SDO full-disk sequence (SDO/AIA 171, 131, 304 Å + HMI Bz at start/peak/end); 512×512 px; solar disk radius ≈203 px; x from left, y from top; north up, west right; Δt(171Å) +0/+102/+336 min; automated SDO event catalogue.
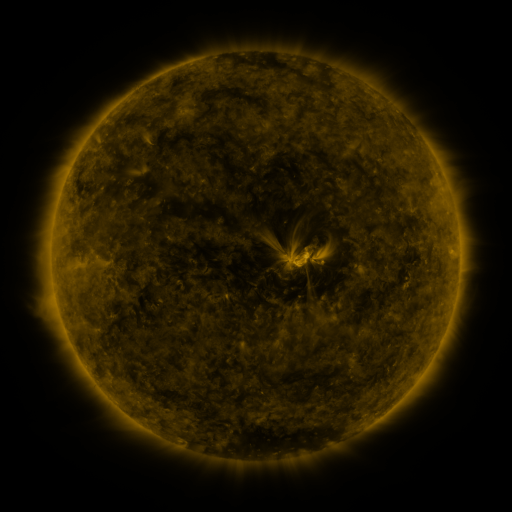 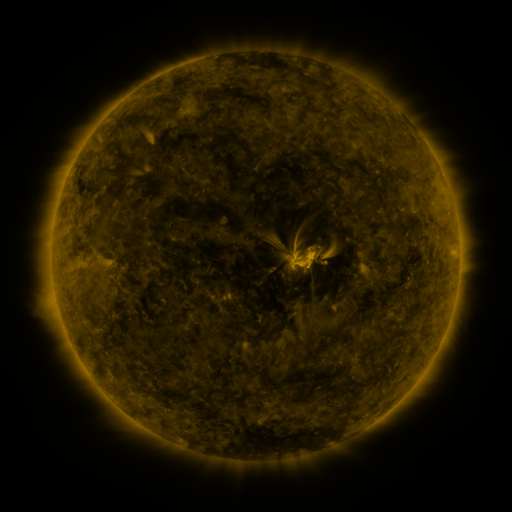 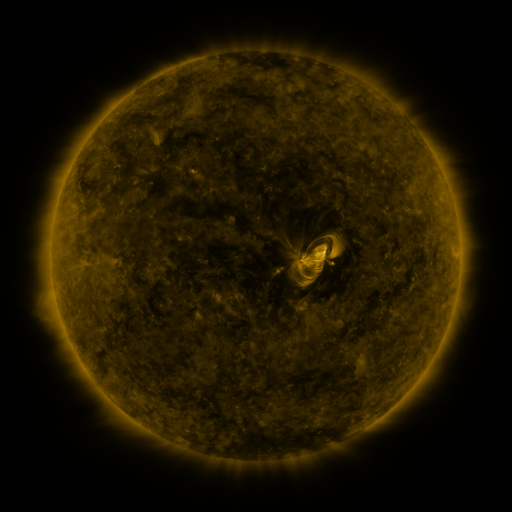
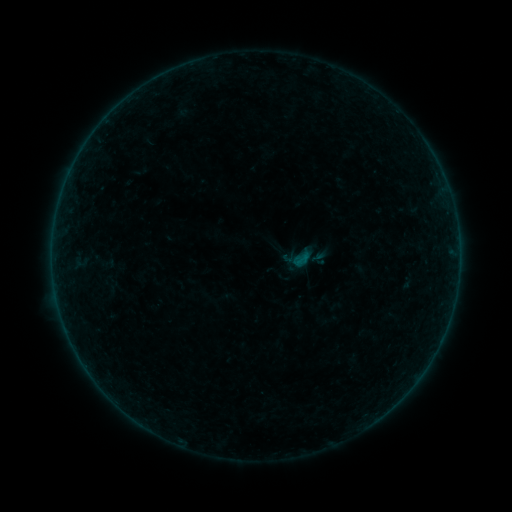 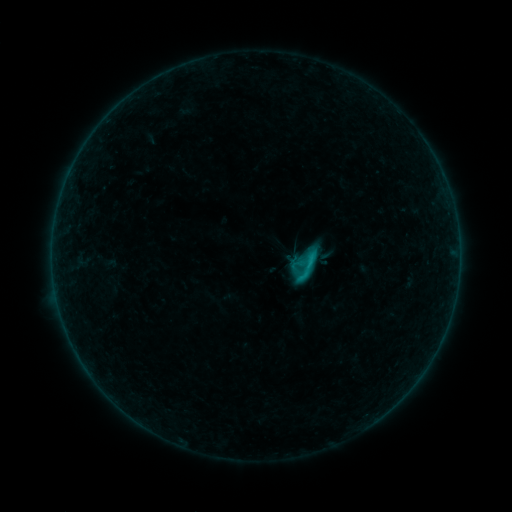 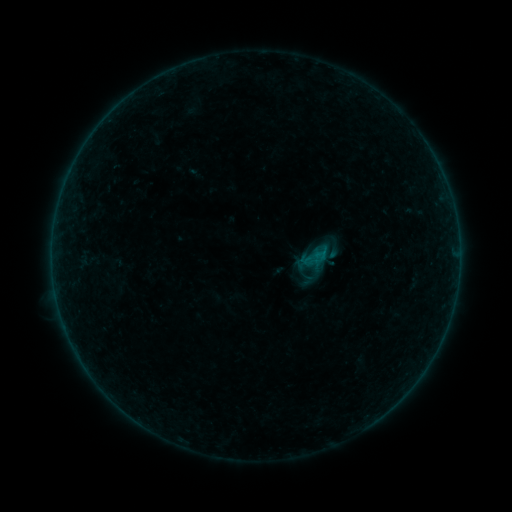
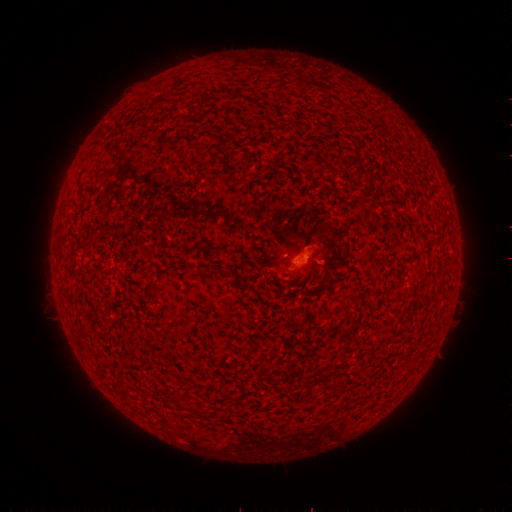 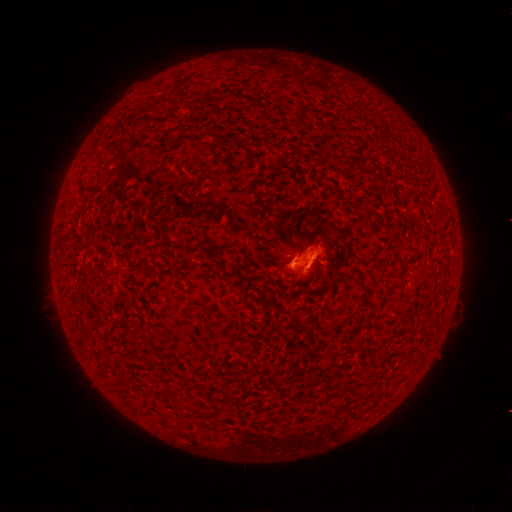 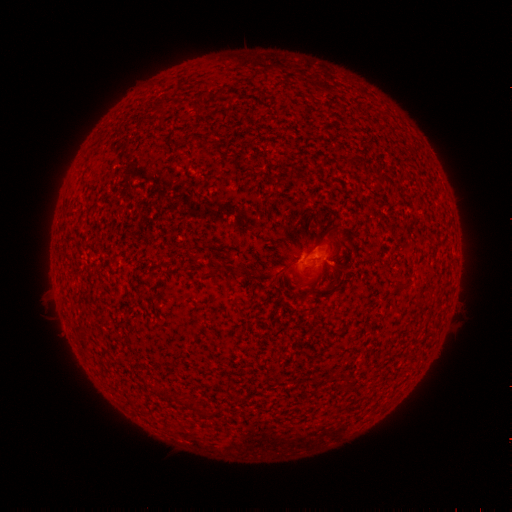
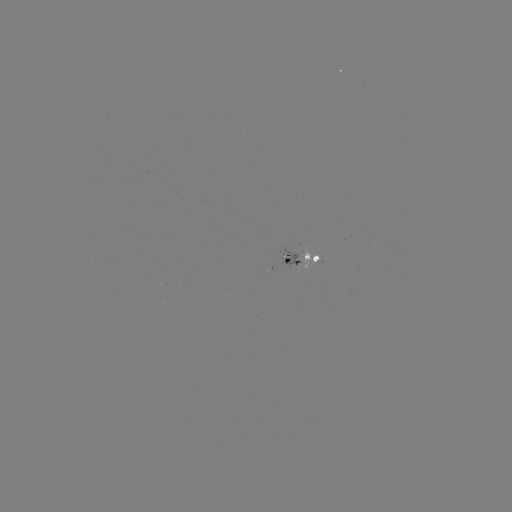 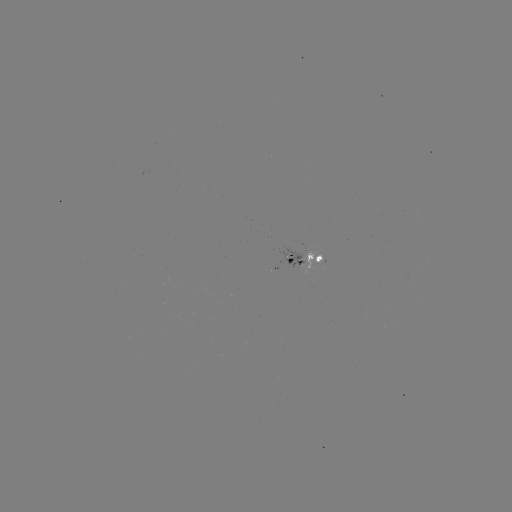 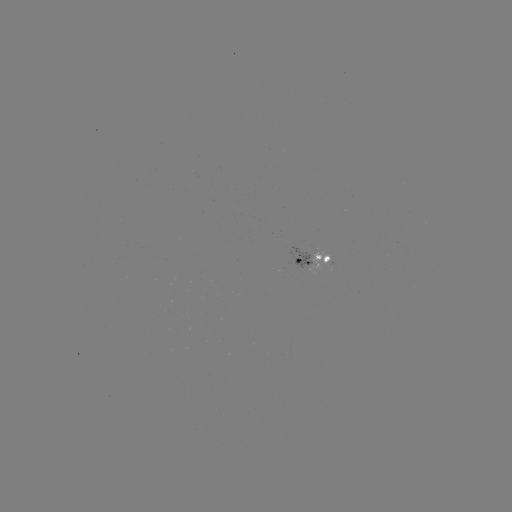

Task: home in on C1.5 flare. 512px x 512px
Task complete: (304, 264).